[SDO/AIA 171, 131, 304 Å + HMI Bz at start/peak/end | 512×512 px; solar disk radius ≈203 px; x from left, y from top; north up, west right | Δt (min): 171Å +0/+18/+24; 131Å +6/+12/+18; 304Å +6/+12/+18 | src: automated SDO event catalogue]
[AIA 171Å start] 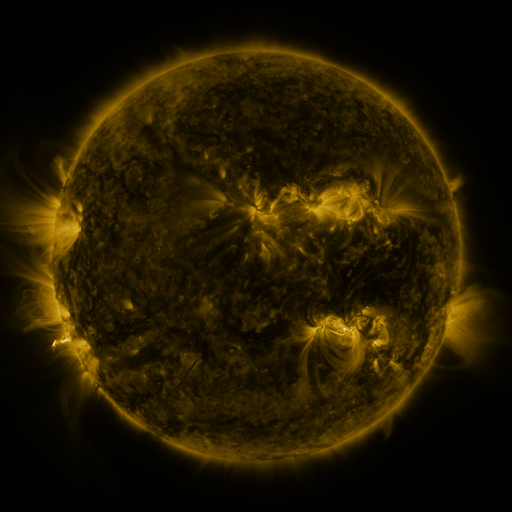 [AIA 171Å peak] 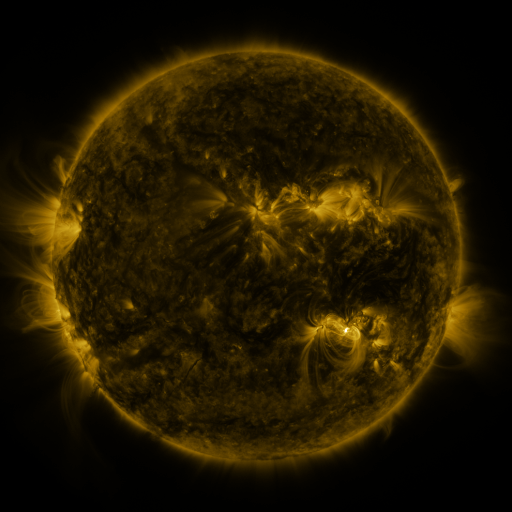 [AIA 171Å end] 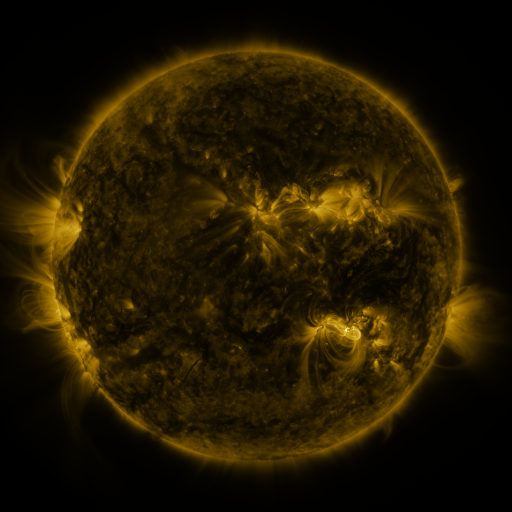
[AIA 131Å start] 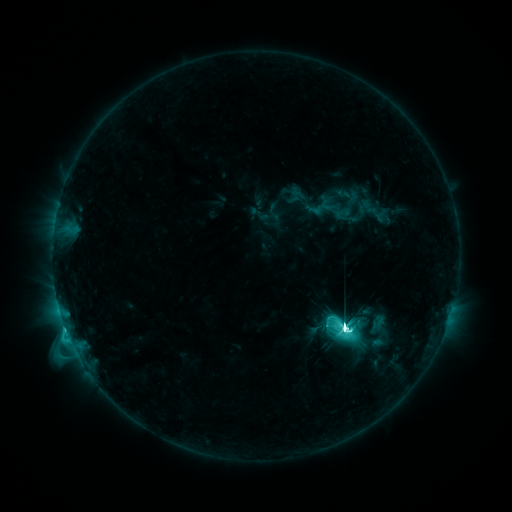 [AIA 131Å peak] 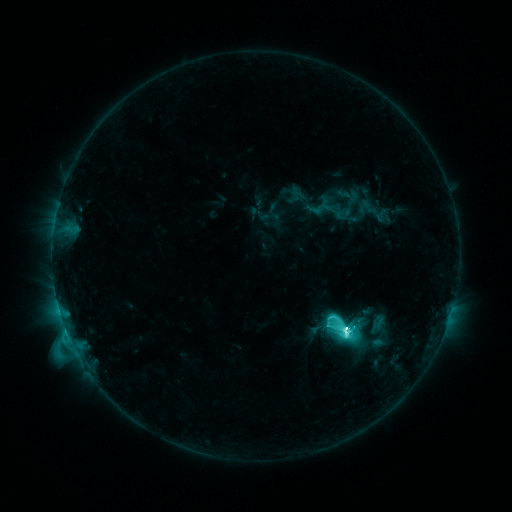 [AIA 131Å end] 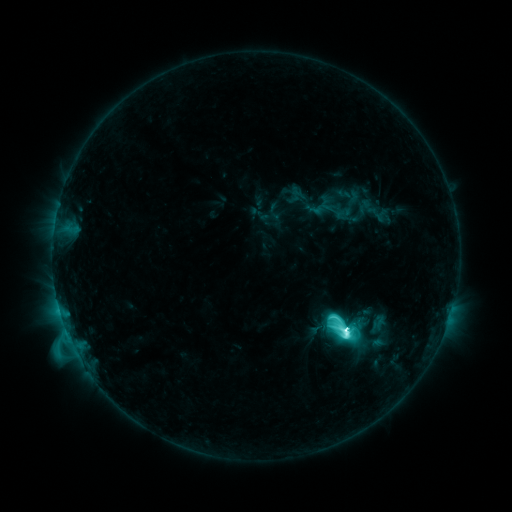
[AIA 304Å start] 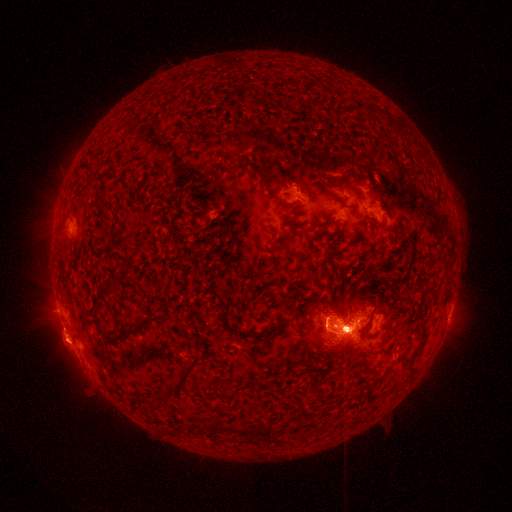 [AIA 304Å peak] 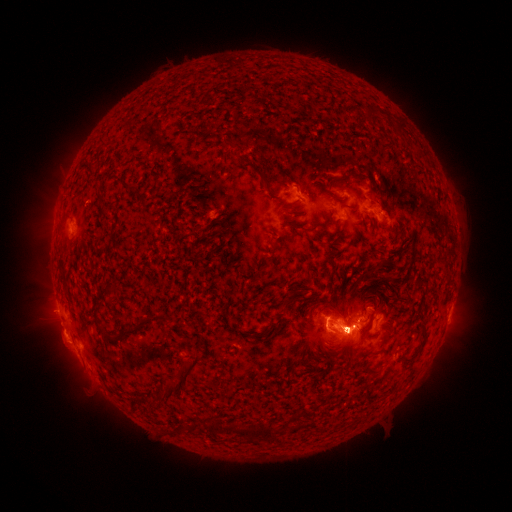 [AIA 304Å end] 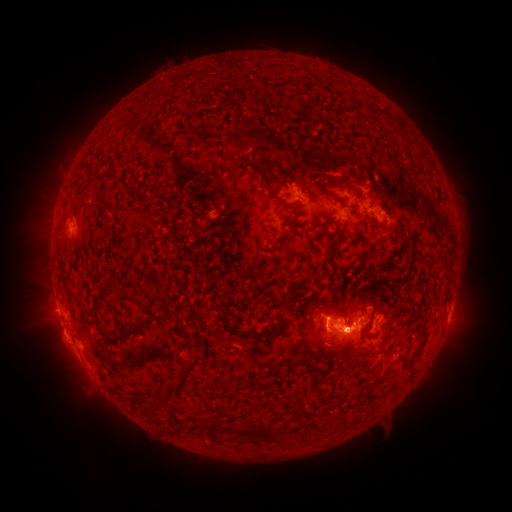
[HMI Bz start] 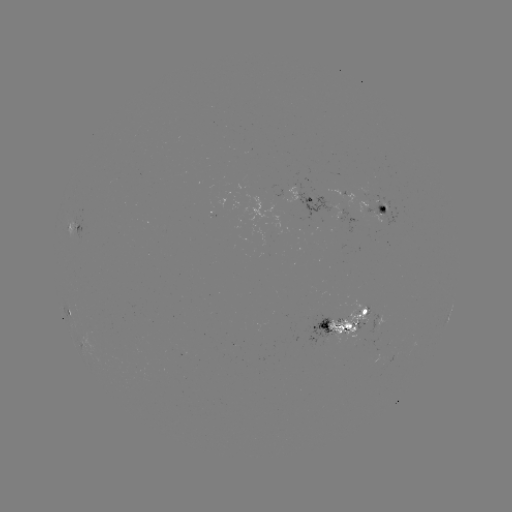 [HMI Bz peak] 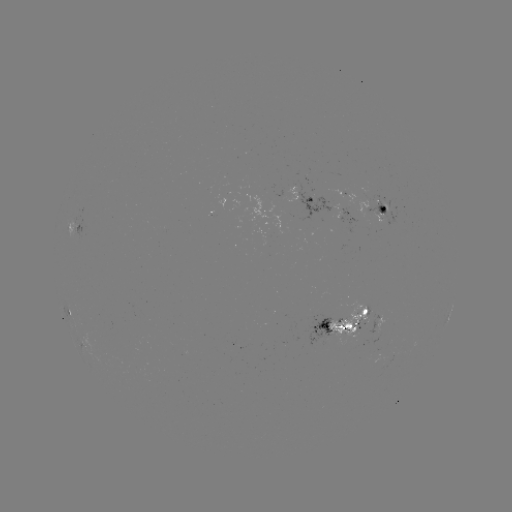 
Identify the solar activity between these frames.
eruption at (47, 222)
